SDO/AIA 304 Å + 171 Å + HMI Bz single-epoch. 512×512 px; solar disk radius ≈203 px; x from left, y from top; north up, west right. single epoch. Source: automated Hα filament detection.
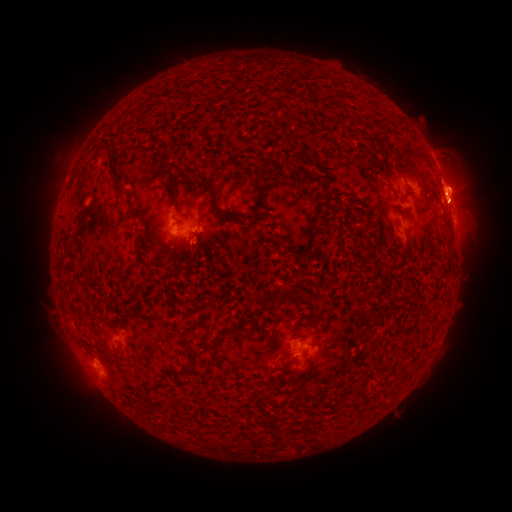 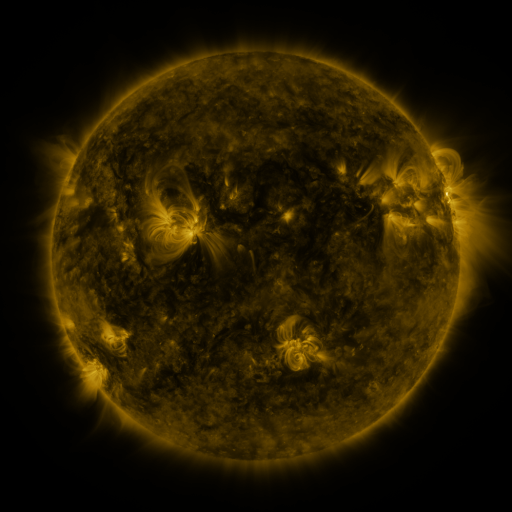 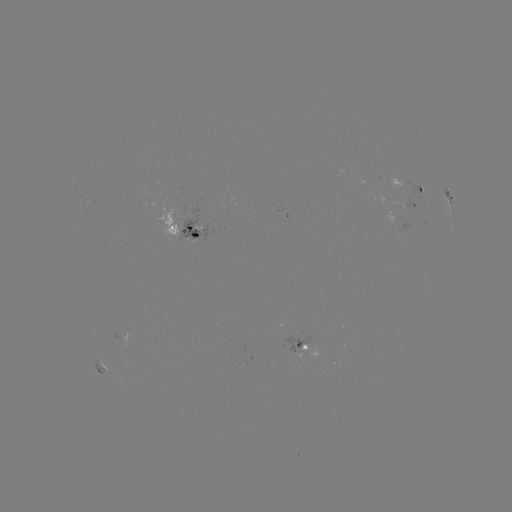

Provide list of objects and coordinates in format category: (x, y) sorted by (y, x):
filament: (114, 169)
filament: (308, 183)
filament: (213, 201)
filament: (249, 217)
filament: (194, 235)
filament: (450, 243)
filament: (317, 247)
filament: (302, 302)
filament: (206, 349)
